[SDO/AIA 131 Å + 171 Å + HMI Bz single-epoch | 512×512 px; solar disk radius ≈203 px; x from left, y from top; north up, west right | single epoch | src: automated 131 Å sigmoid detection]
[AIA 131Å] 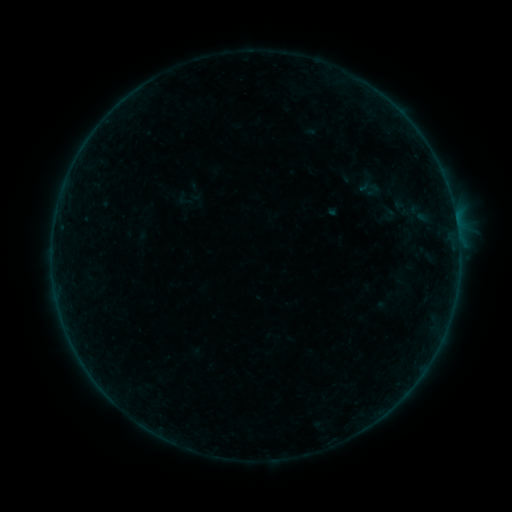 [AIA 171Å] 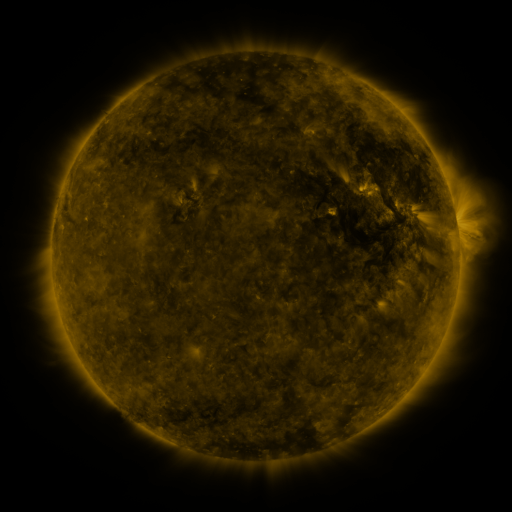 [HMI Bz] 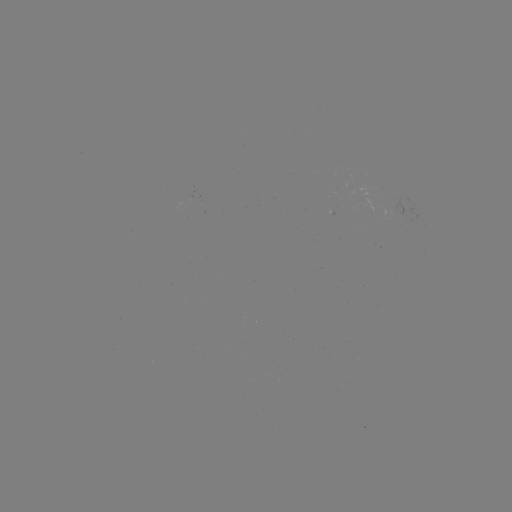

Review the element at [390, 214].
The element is sigmoid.